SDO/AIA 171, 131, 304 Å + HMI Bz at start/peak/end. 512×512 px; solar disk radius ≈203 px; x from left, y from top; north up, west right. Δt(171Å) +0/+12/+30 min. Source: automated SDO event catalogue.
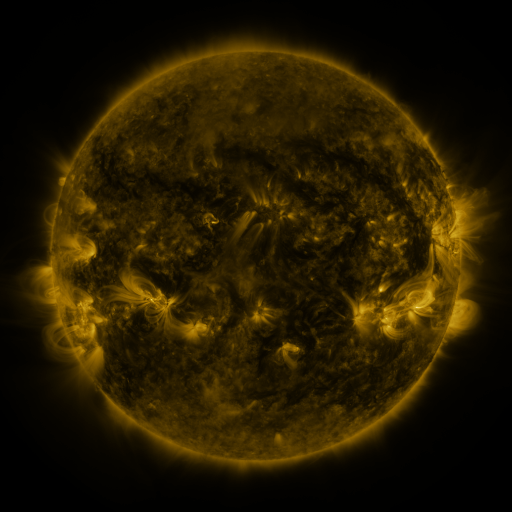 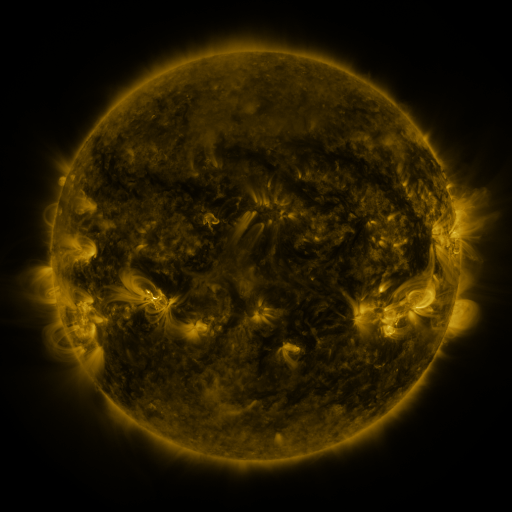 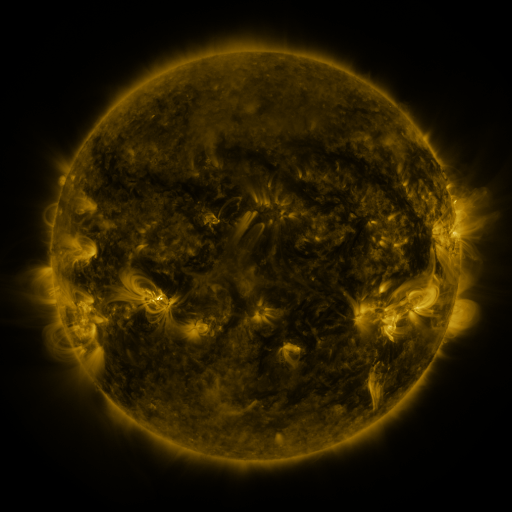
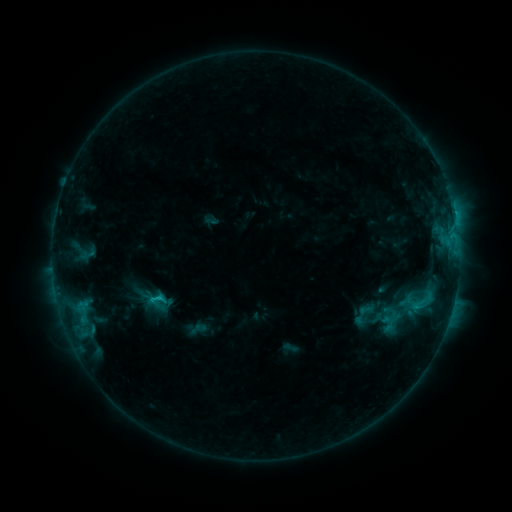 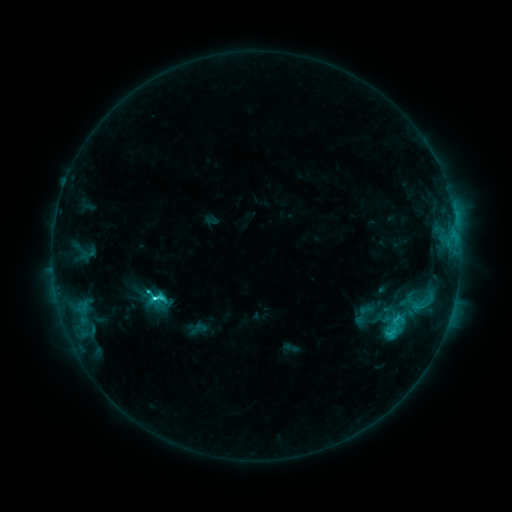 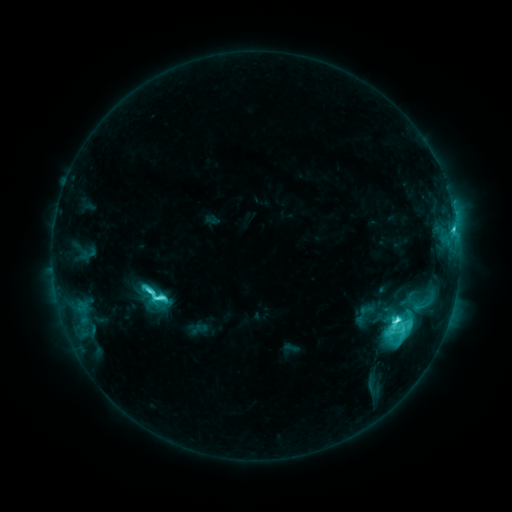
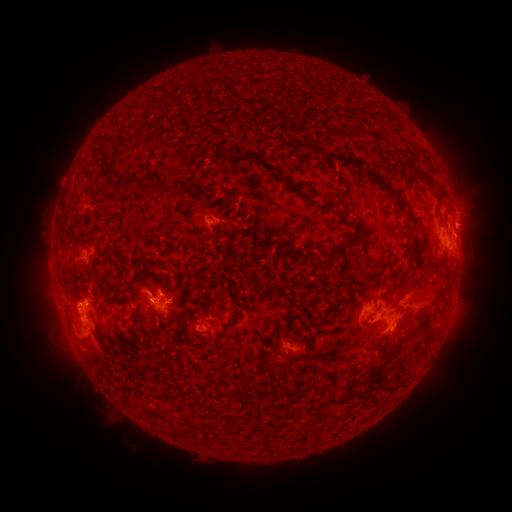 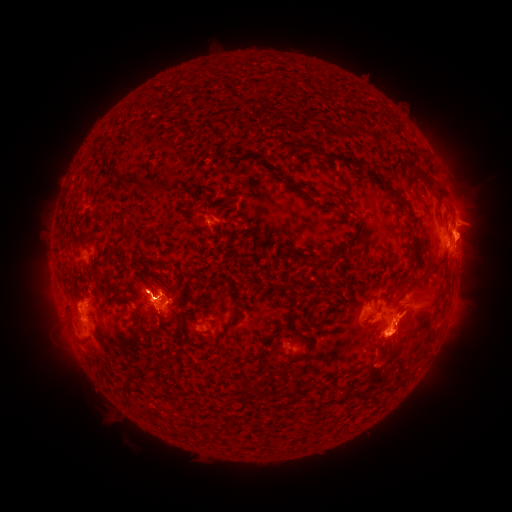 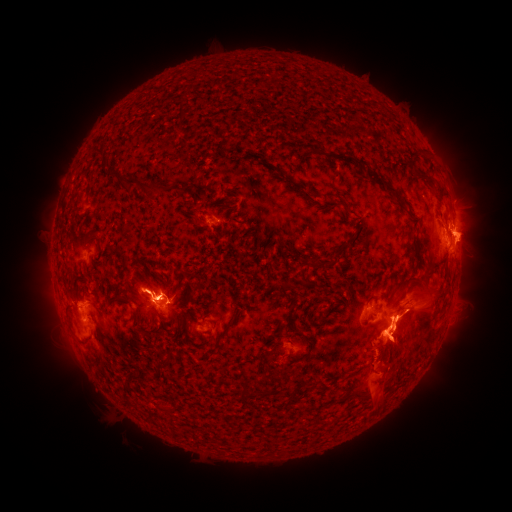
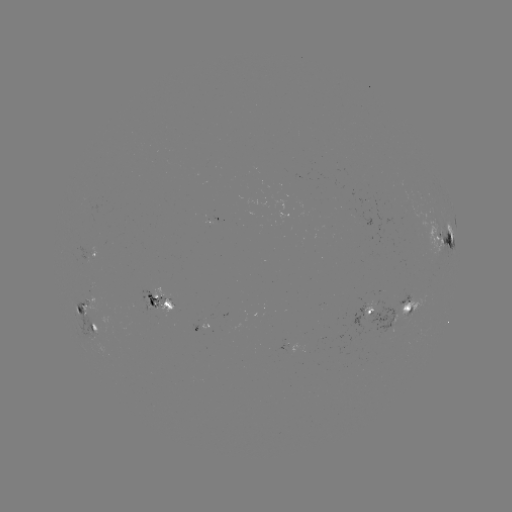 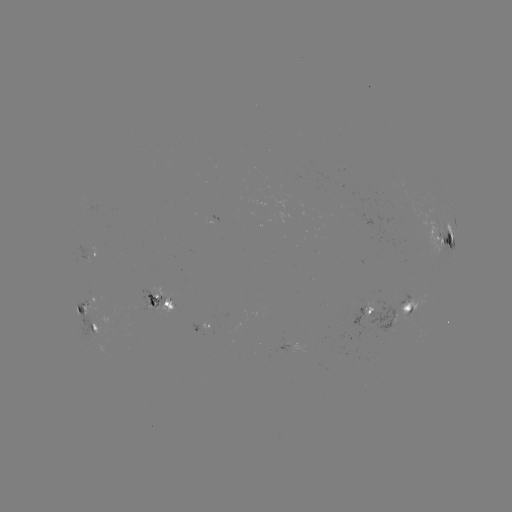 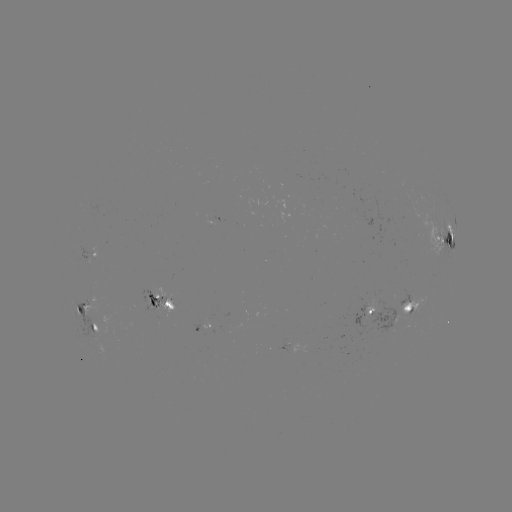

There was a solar eruption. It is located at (399, 340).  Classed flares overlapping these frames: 1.